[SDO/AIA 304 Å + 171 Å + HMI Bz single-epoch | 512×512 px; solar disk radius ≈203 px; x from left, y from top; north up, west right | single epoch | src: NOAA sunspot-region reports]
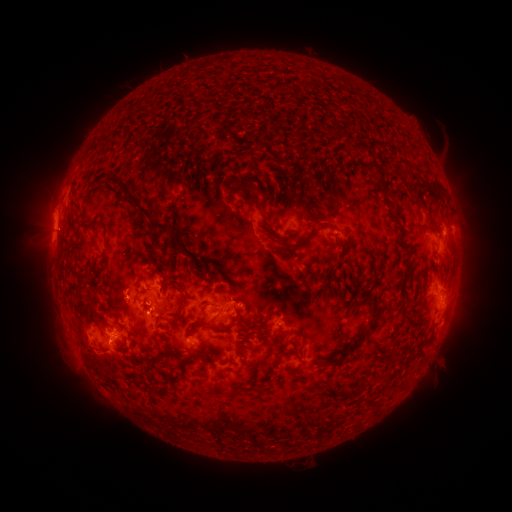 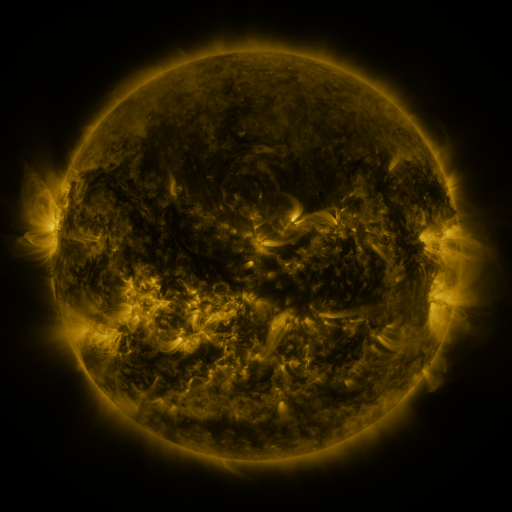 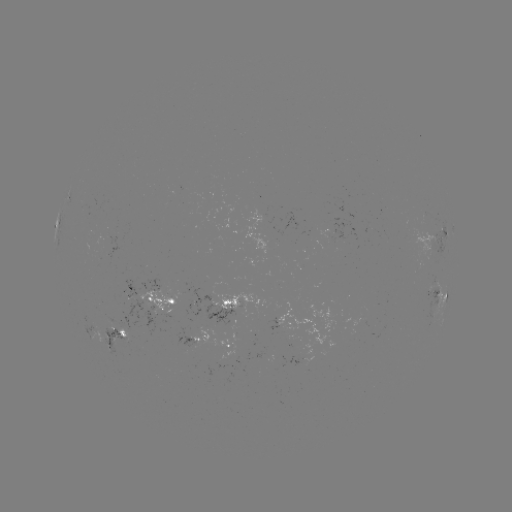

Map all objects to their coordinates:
spotted active region: (444, 235)
spotted active region: (439, 282)
spotted active region: (442, 295)
spotted active region: (164, 299)
spotted active region: (227, 308)
spotted active region: (293, 324)
spotted active region: (117, 335)
spotted active region: (192, 337)
spotted active region: (232, 347)
